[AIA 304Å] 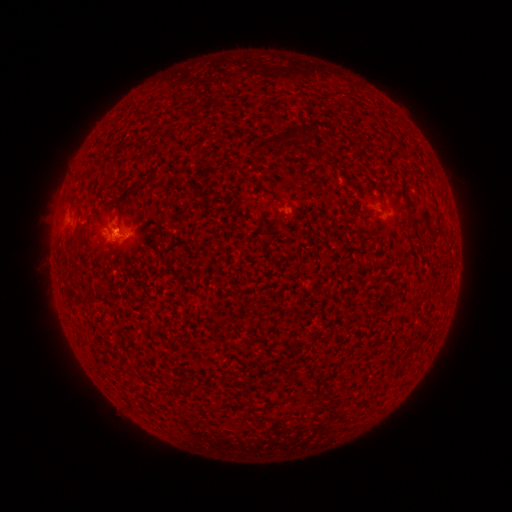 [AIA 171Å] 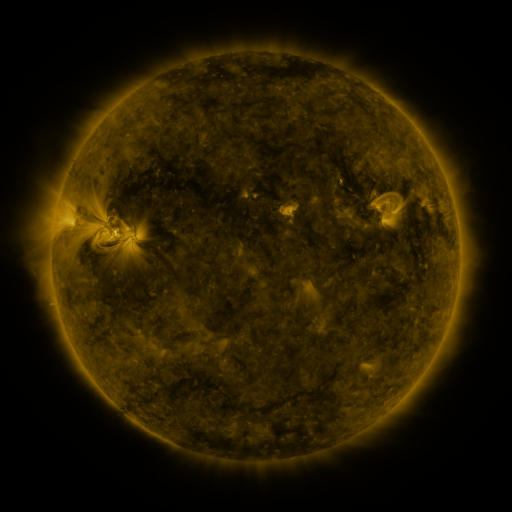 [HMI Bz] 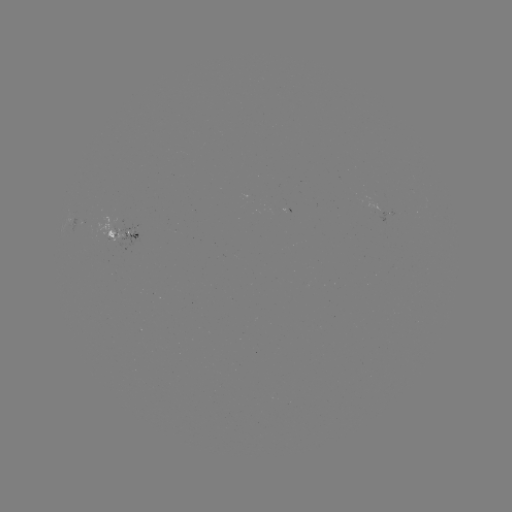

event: spotted active region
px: (128, 233)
